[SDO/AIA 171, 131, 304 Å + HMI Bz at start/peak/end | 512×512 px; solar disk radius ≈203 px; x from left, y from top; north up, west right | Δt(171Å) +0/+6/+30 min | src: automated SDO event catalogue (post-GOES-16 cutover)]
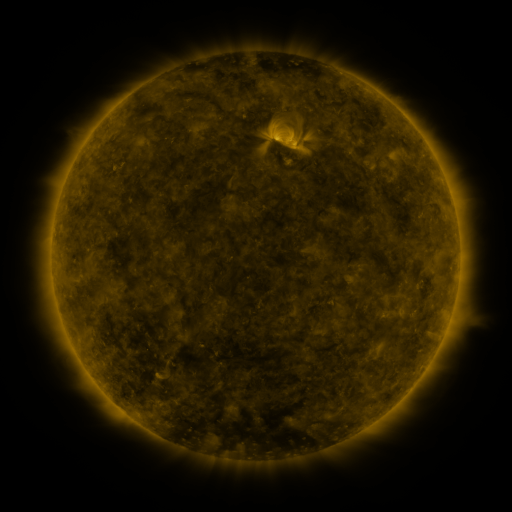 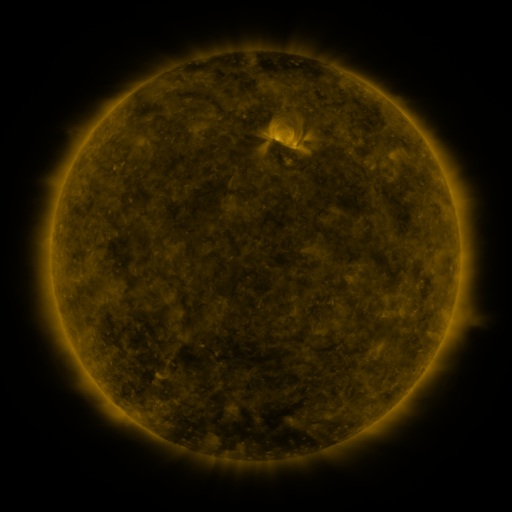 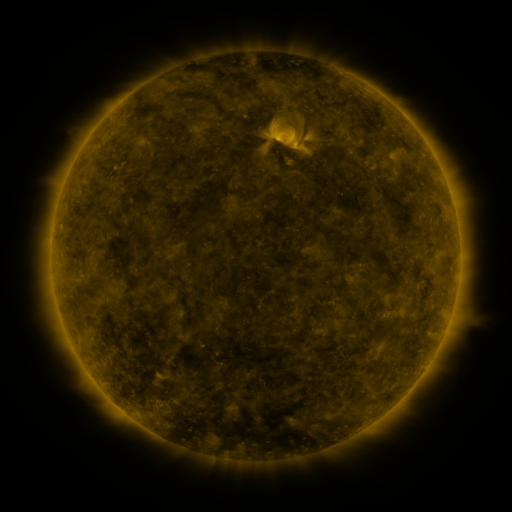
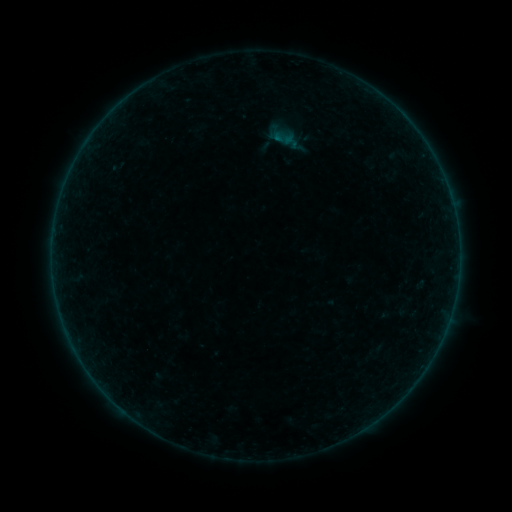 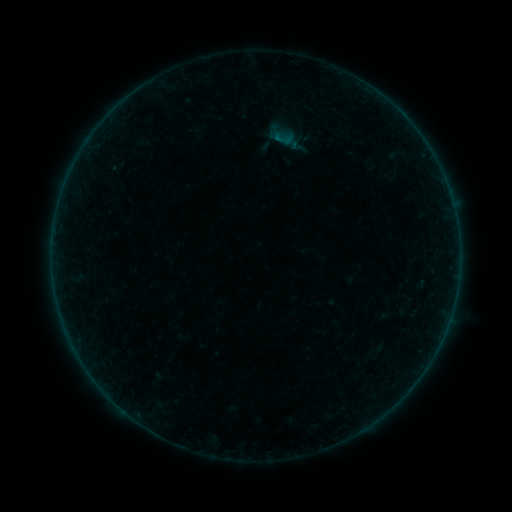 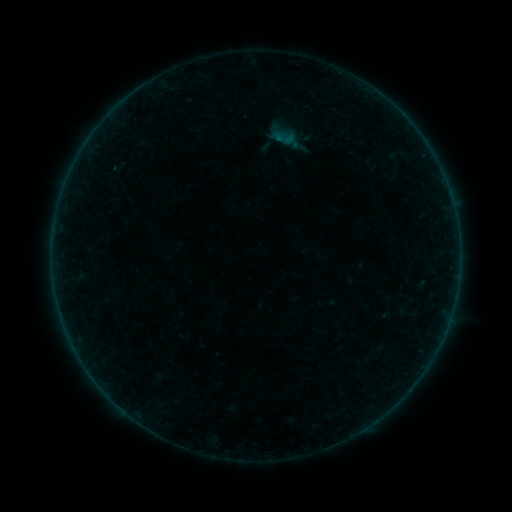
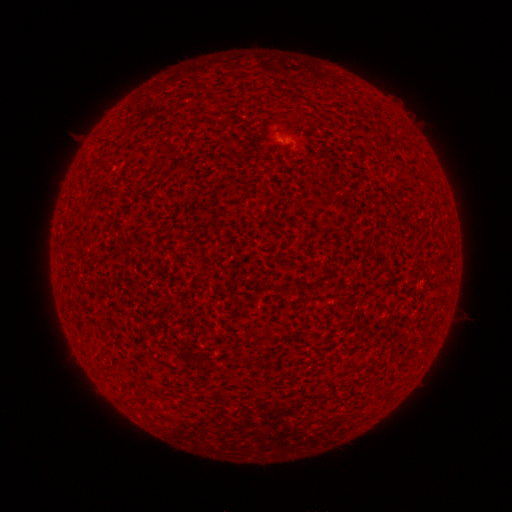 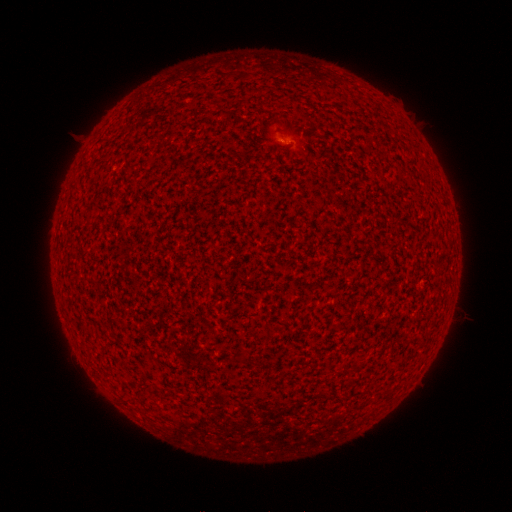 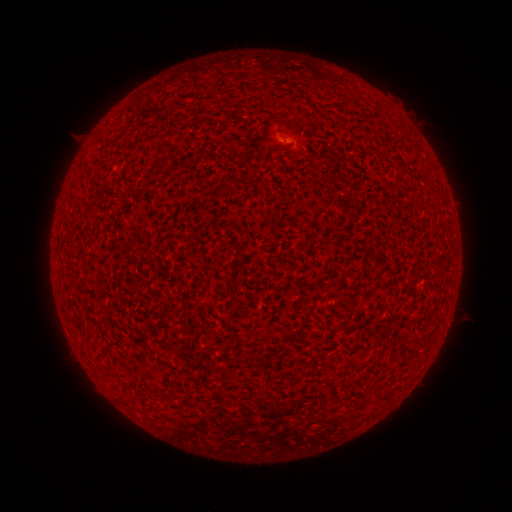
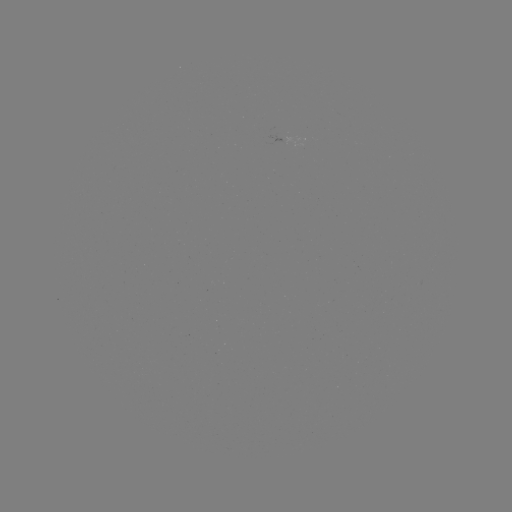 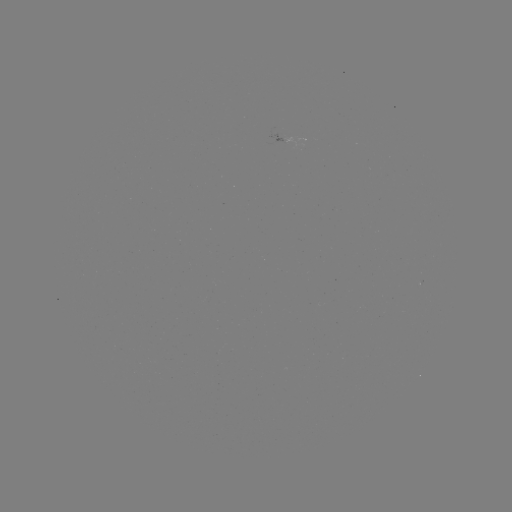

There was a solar flare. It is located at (284, 144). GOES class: A2.9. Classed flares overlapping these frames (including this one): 1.